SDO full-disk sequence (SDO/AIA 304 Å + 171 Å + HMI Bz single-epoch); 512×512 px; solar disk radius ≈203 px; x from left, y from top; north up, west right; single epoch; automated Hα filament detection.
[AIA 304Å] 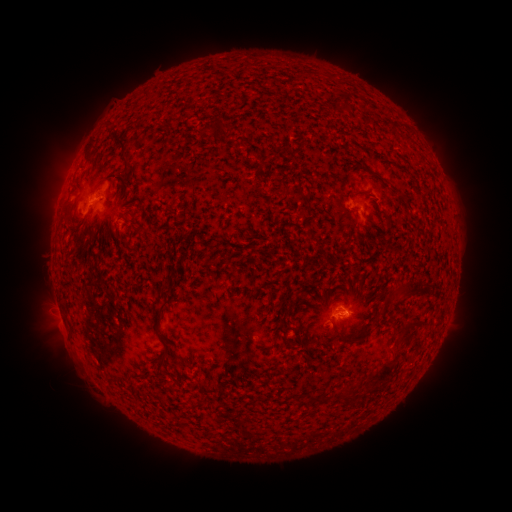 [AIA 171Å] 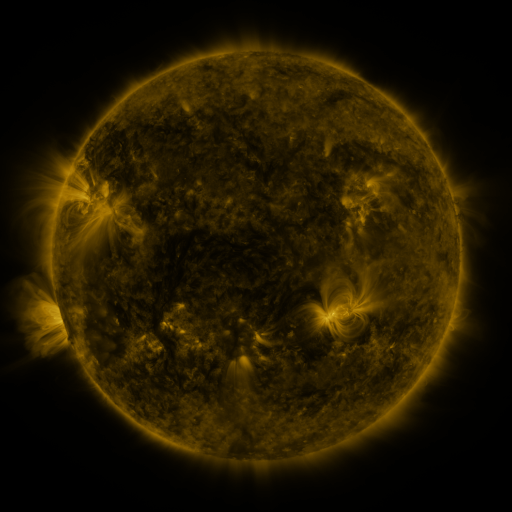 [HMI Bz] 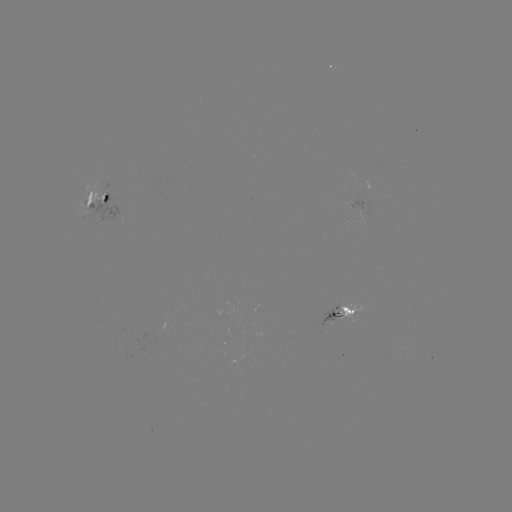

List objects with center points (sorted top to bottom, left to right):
filament: (208, 127)
filament: (239, 145)
filament: (124, 148)
filament: (102, 180)
filament: (296, 193)
filament: (107, 197)
filament: (329, 216)
filament: (385, 217)
filament: (296, 225)
filament: (312, 236)
filament: (397, 297)
filament: (415, 330)
filament: (367, 331)
filament: (161, 357)
filament: (387, 364)
filament: (313, 399)
filament: (344, 401)
